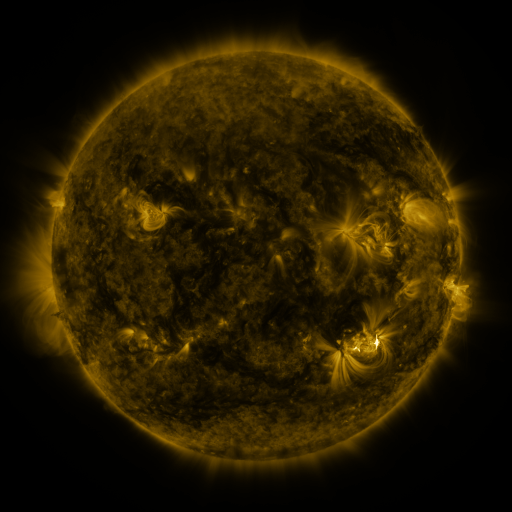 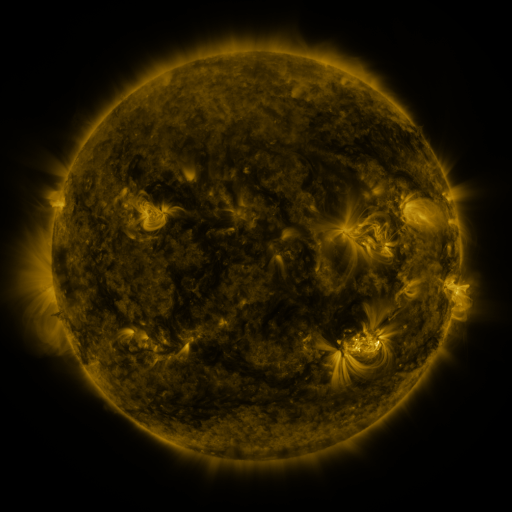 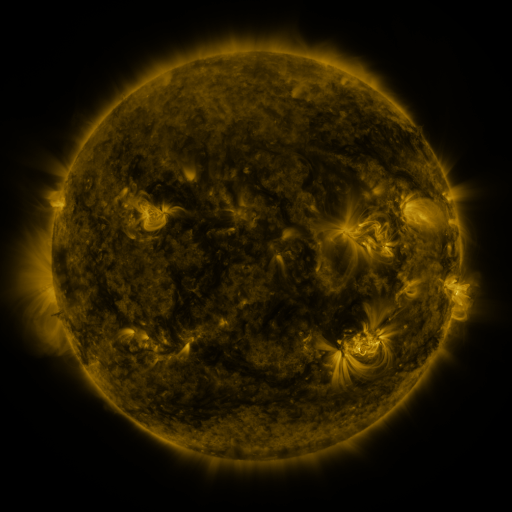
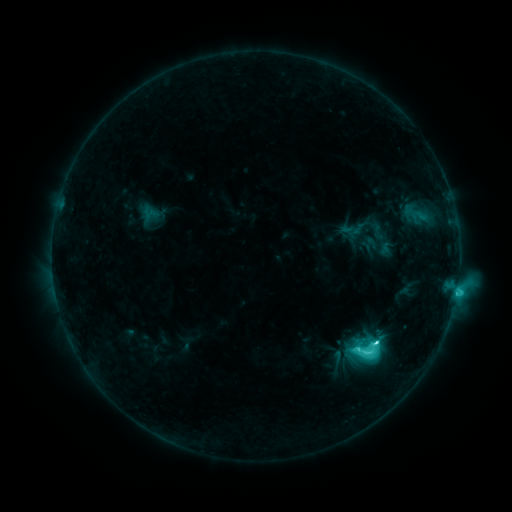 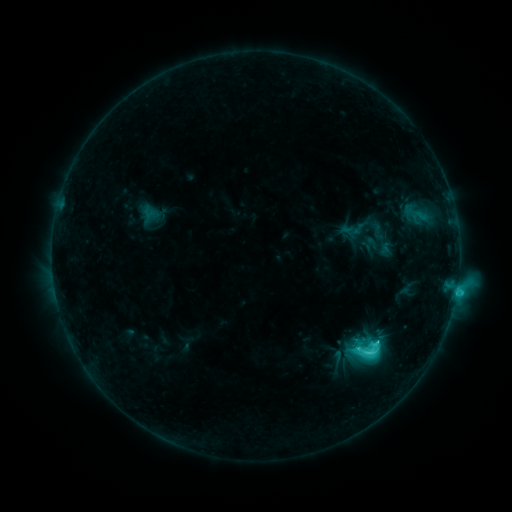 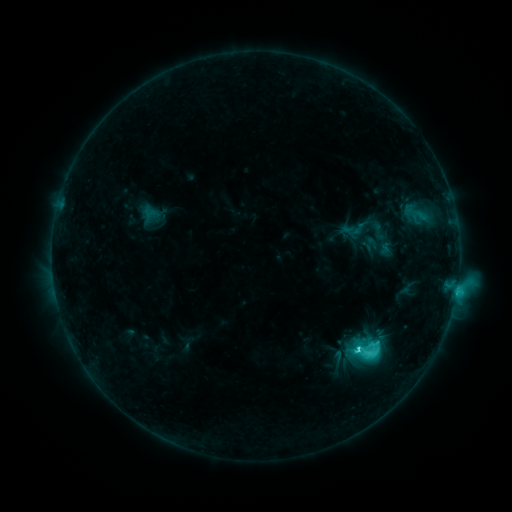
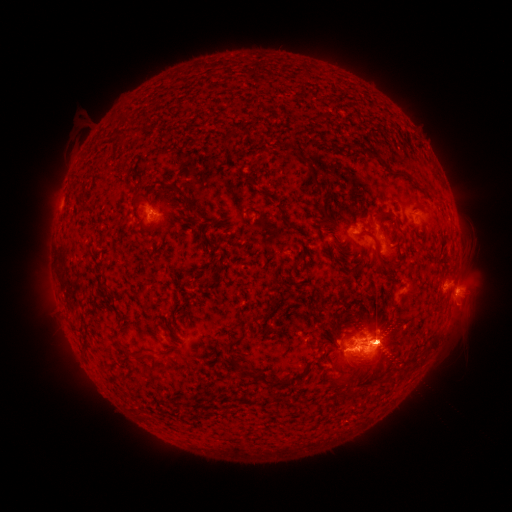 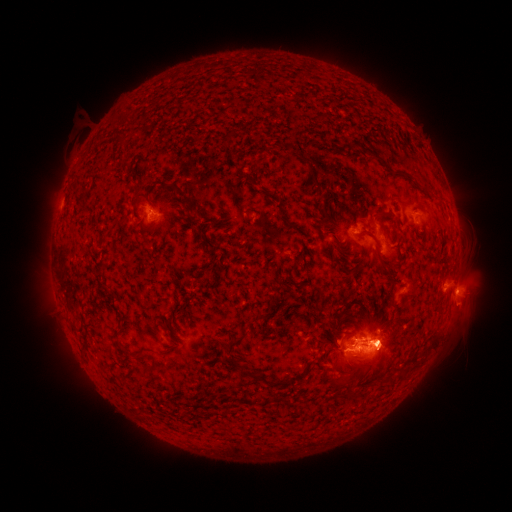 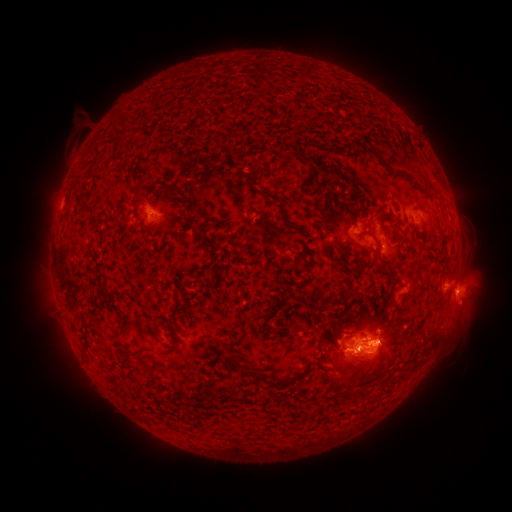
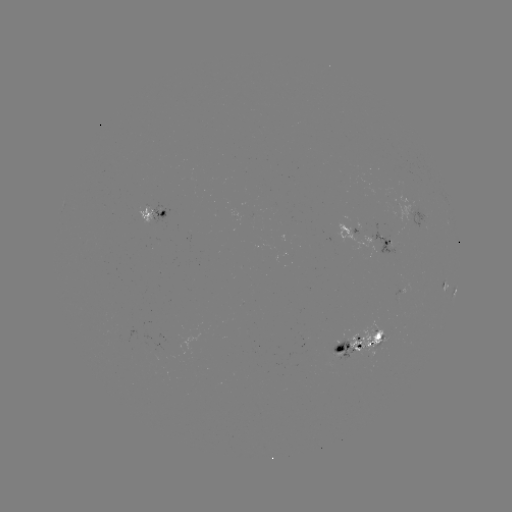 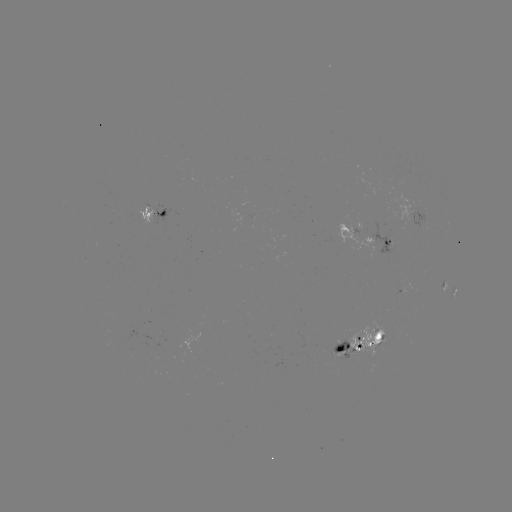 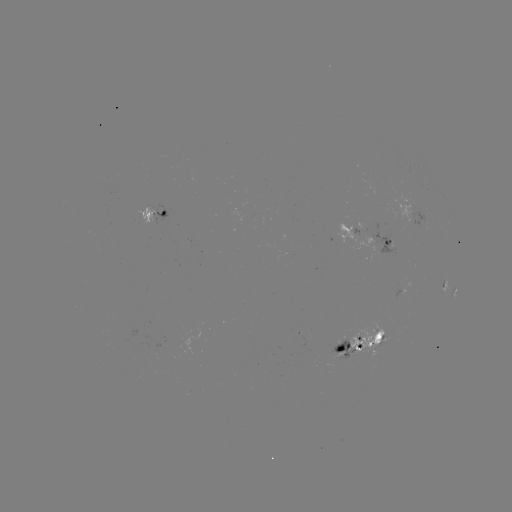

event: eruption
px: (389, 352)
